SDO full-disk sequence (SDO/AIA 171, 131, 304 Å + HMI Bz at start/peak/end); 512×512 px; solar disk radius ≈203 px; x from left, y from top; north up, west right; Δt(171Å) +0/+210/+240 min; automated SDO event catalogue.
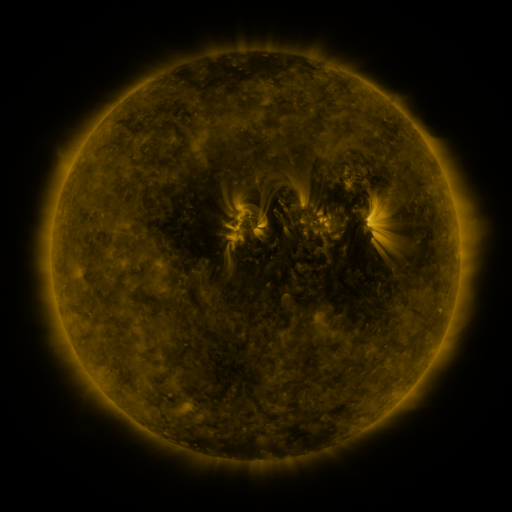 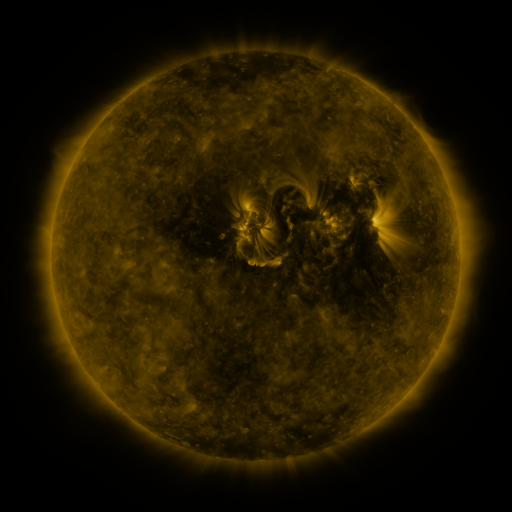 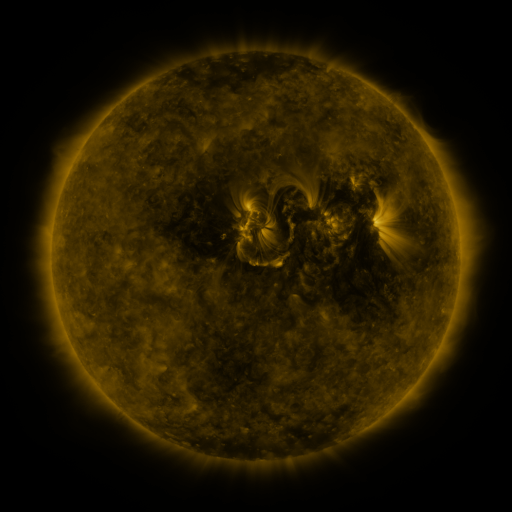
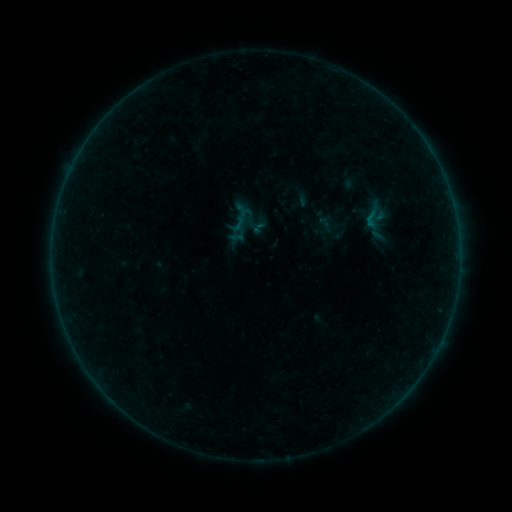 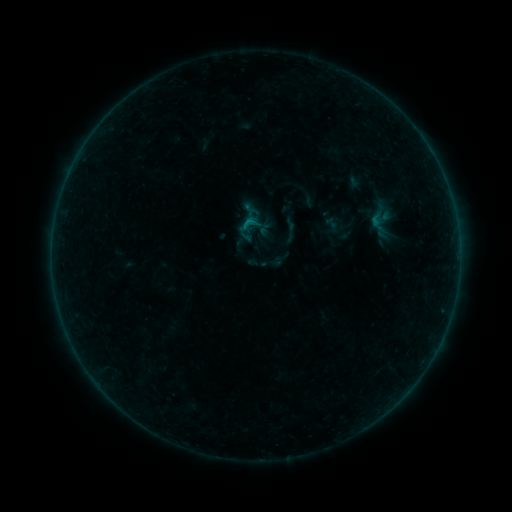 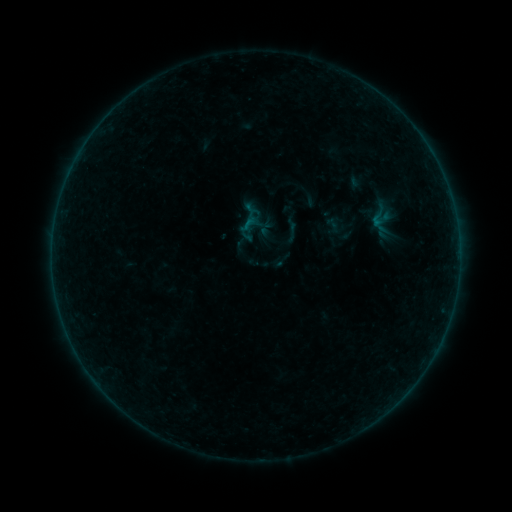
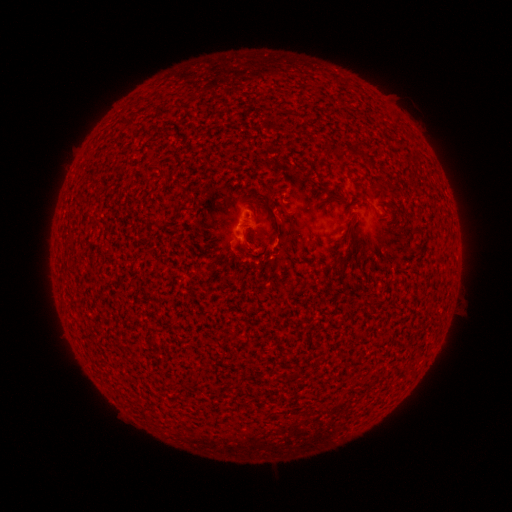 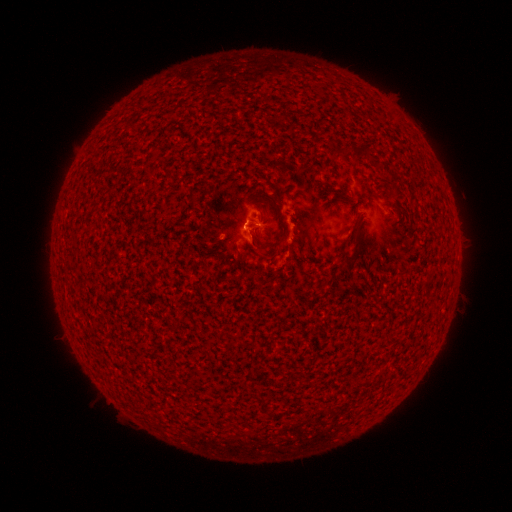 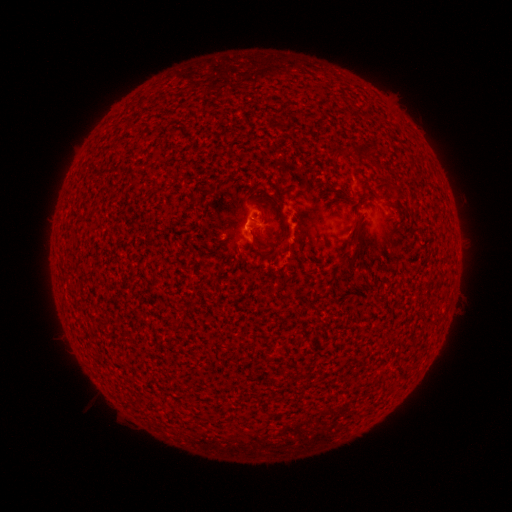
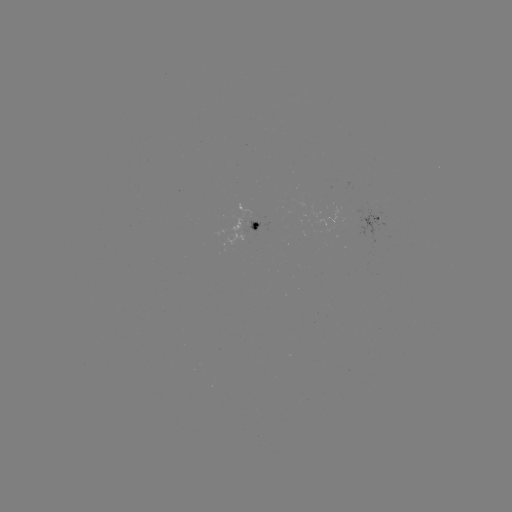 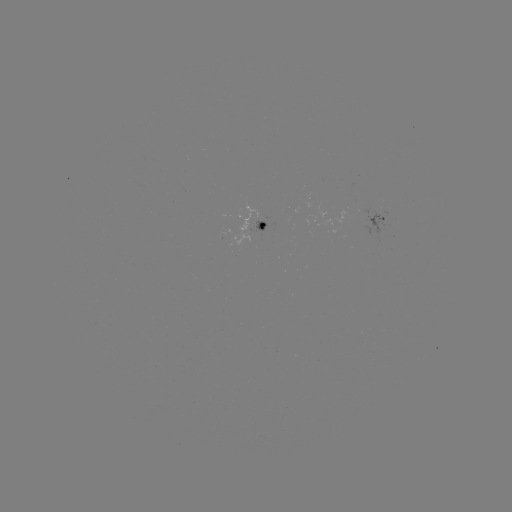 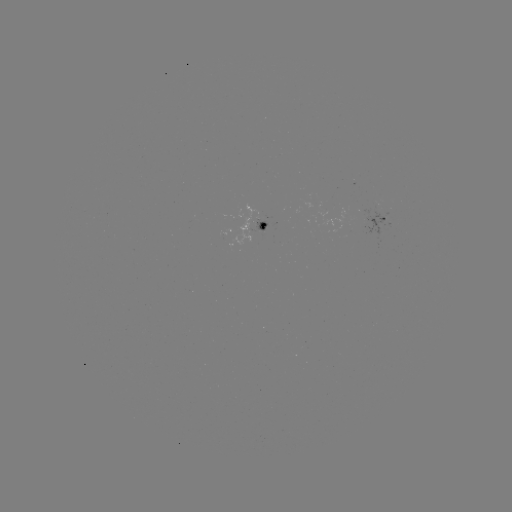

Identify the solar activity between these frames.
B3.7 flare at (248, 224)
